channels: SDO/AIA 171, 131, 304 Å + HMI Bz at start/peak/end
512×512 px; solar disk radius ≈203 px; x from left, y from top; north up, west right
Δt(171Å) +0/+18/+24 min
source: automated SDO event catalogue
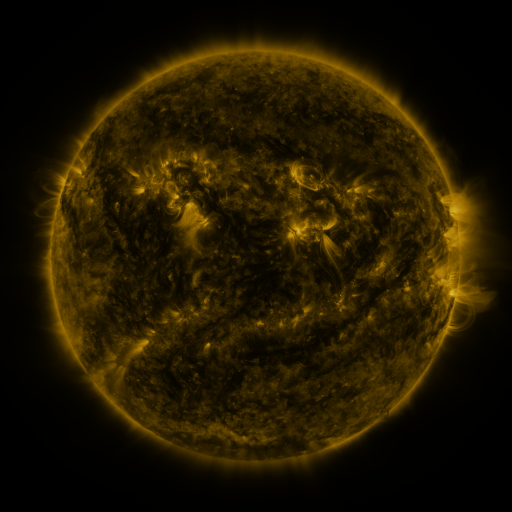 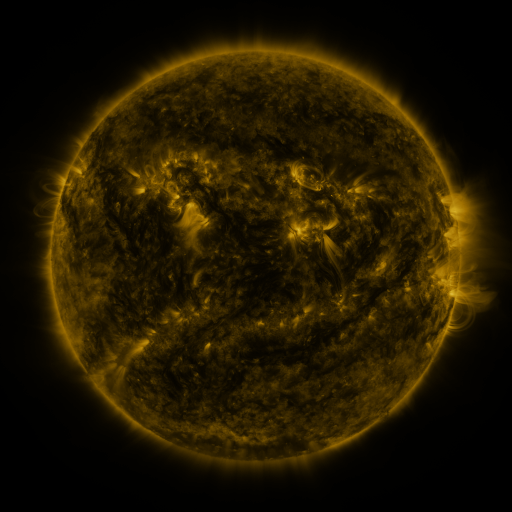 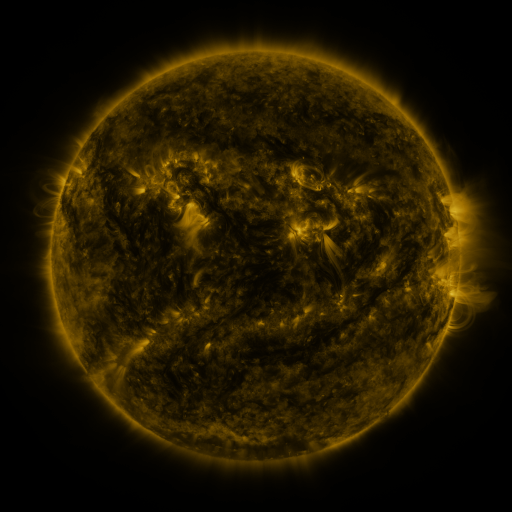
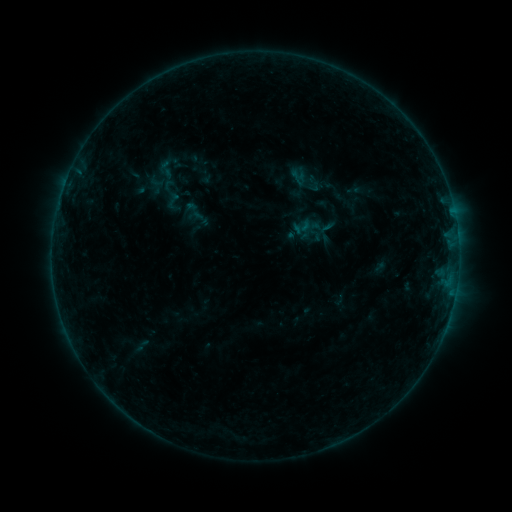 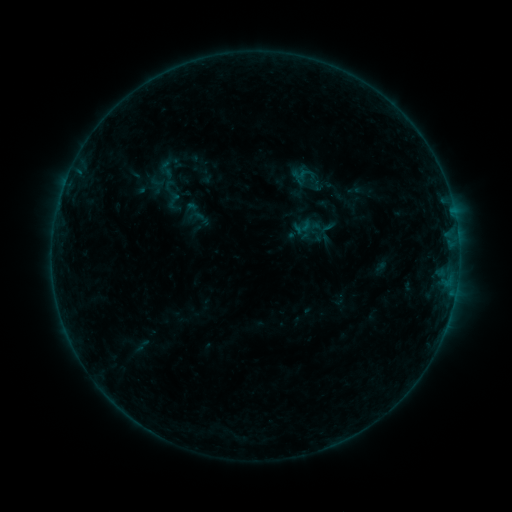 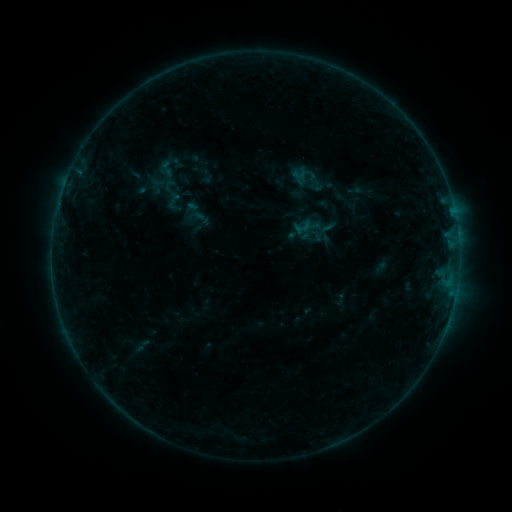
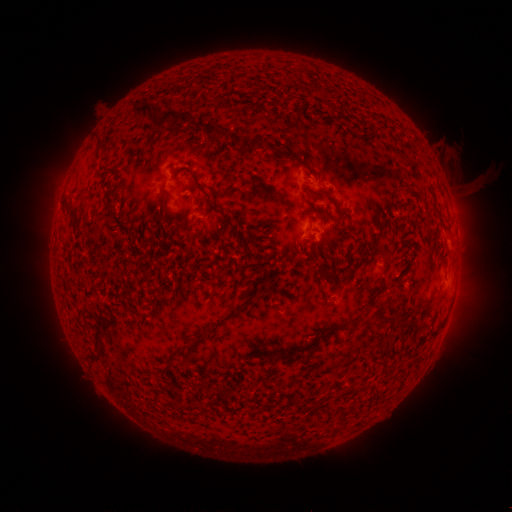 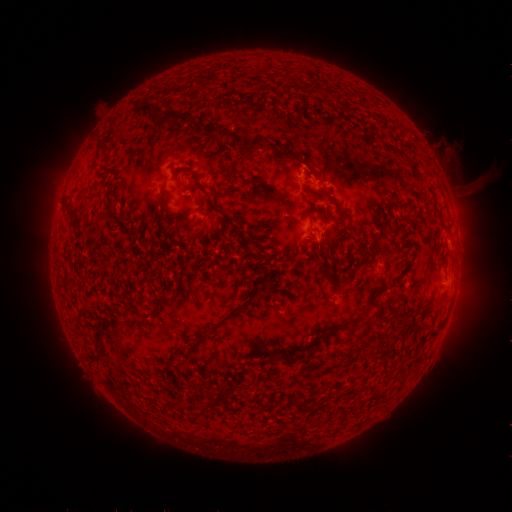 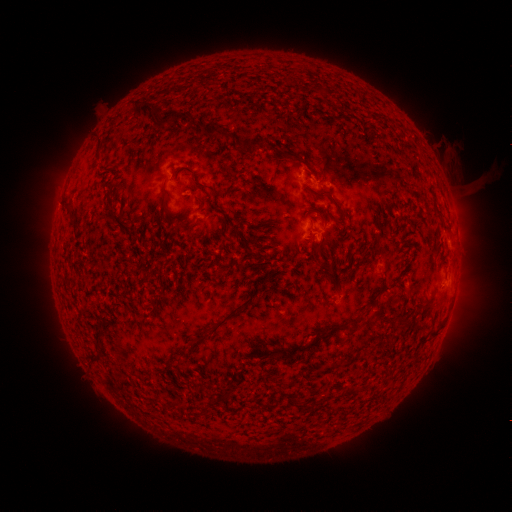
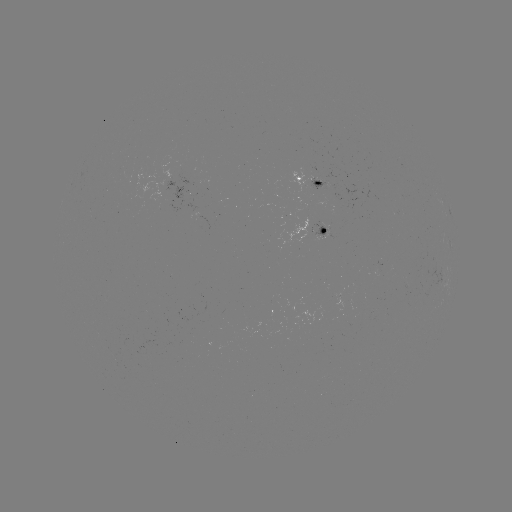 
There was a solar flare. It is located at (305, 172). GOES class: B2.4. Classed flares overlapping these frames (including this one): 1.